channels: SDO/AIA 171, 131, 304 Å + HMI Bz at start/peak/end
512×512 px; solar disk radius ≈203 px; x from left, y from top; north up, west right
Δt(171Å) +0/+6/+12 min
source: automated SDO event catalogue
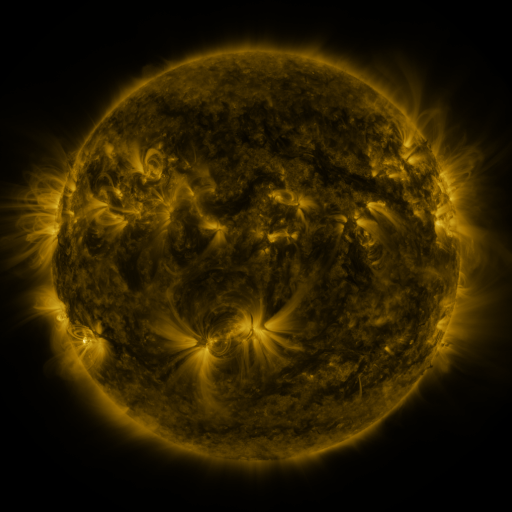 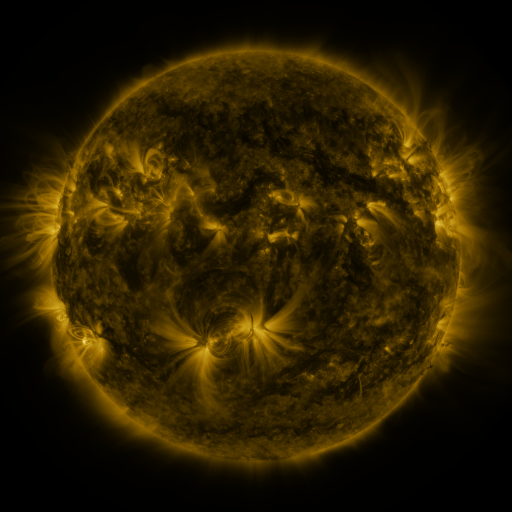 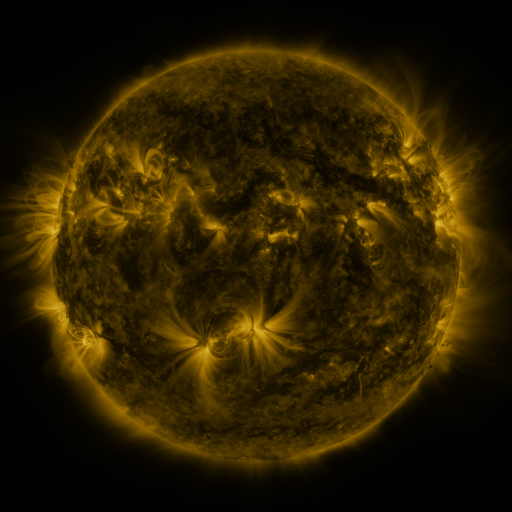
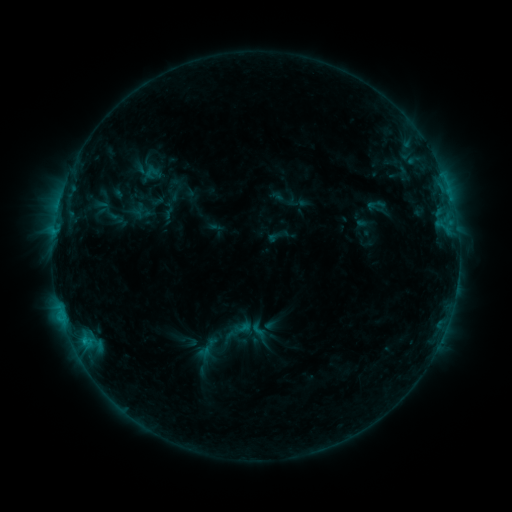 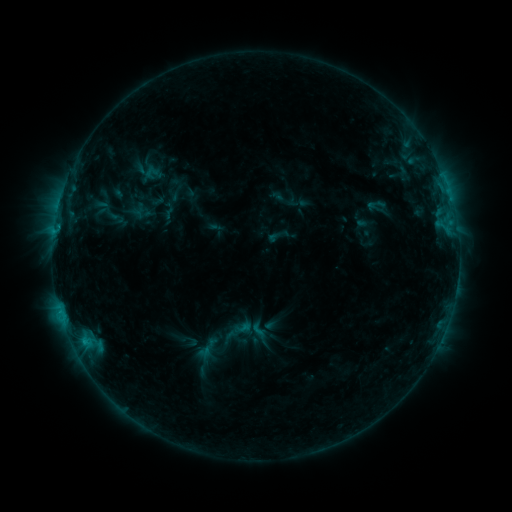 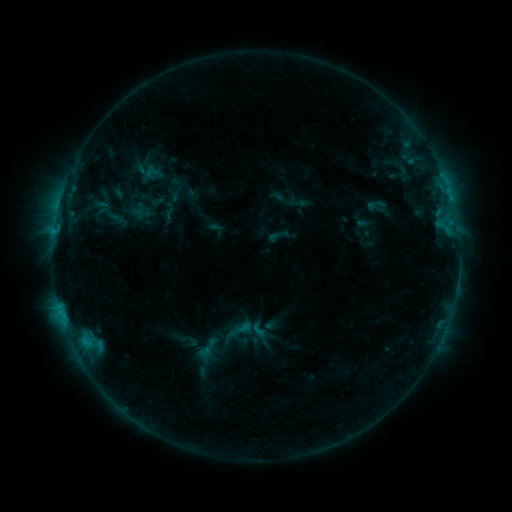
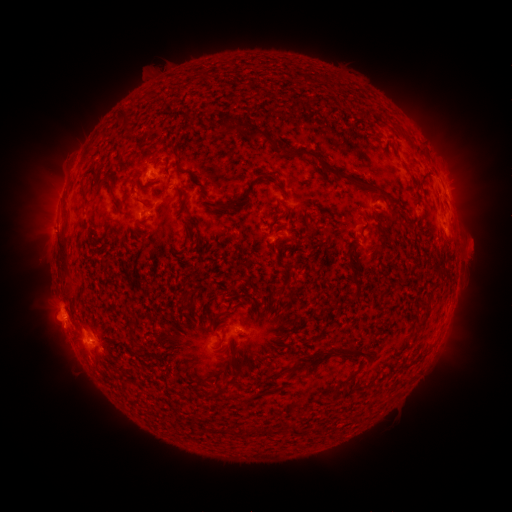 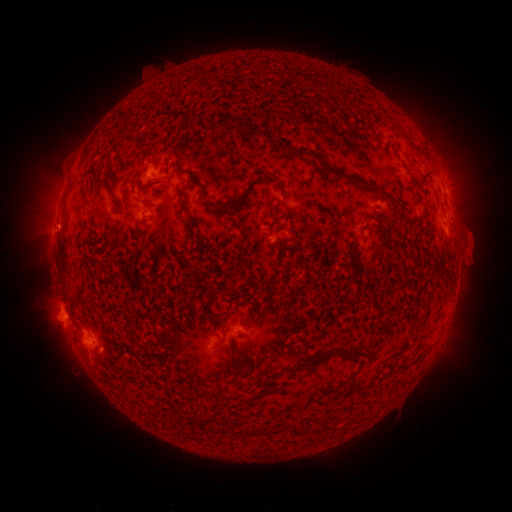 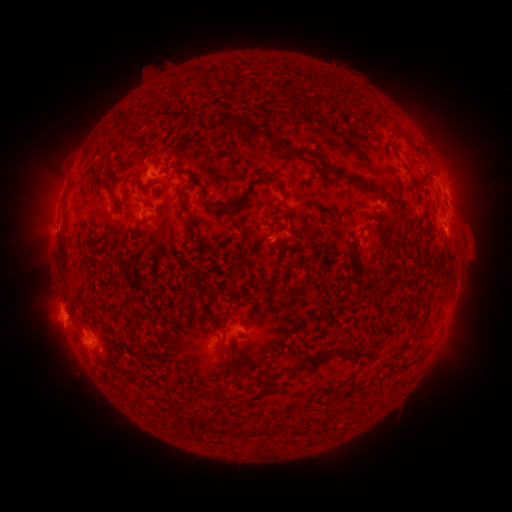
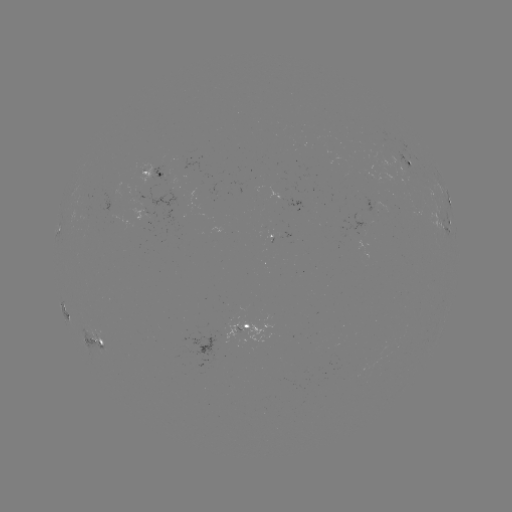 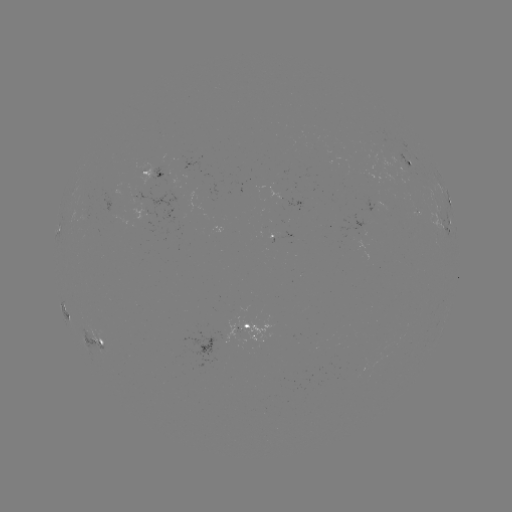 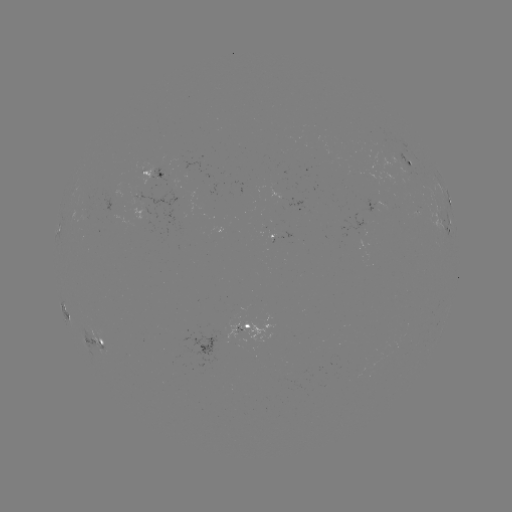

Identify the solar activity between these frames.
eruption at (475, 253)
